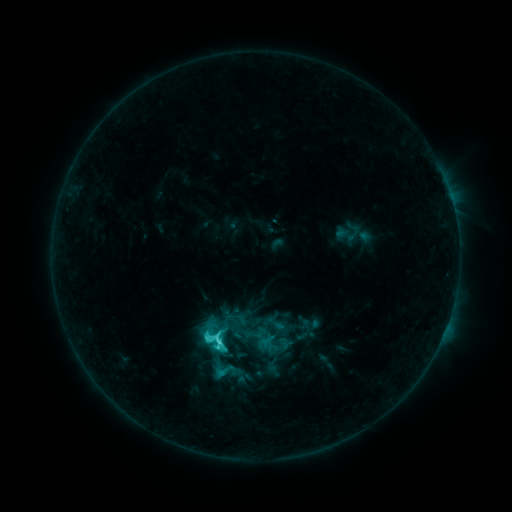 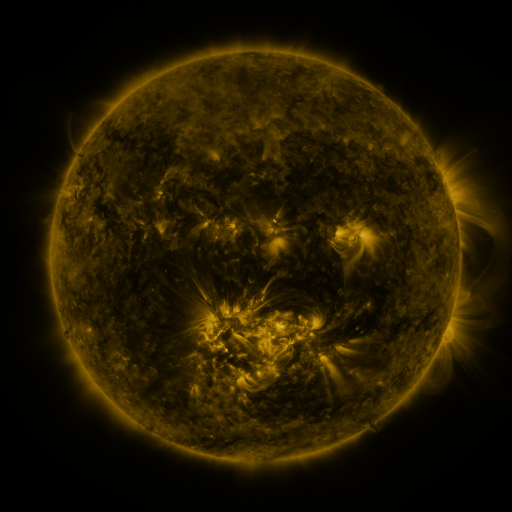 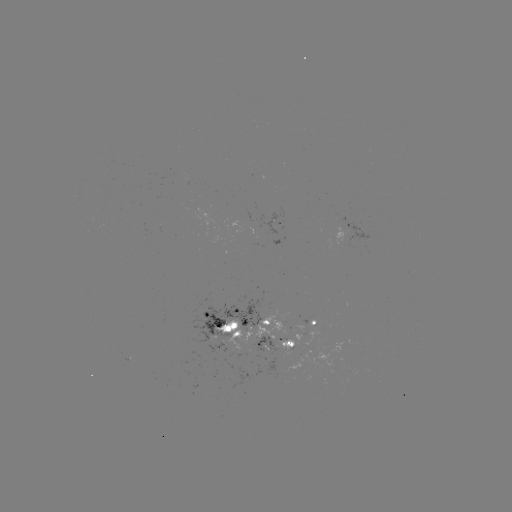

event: sigmoid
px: (222, 369)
